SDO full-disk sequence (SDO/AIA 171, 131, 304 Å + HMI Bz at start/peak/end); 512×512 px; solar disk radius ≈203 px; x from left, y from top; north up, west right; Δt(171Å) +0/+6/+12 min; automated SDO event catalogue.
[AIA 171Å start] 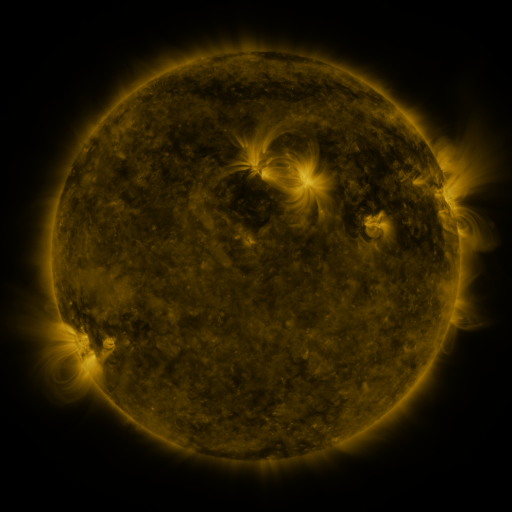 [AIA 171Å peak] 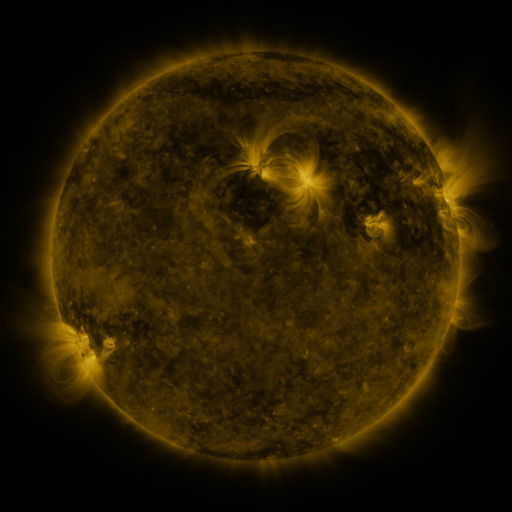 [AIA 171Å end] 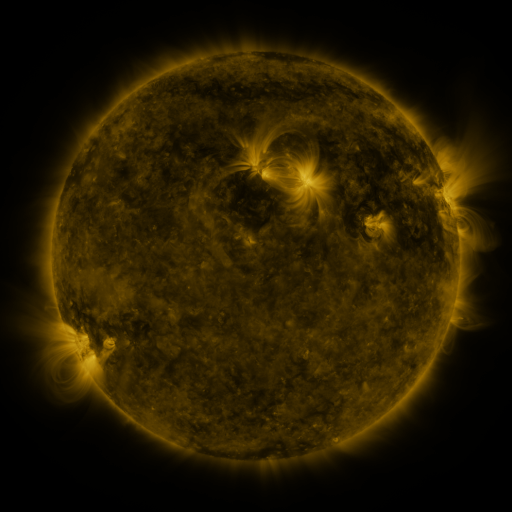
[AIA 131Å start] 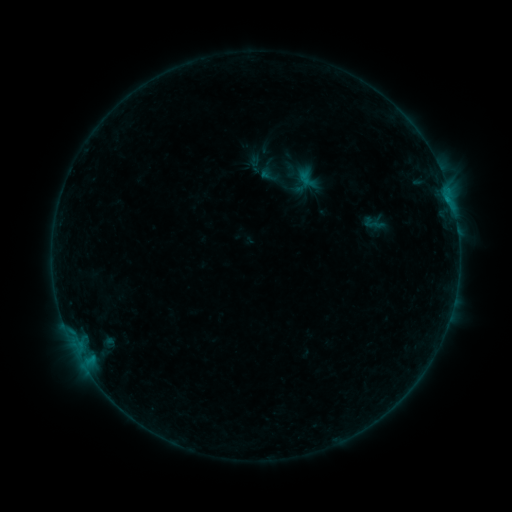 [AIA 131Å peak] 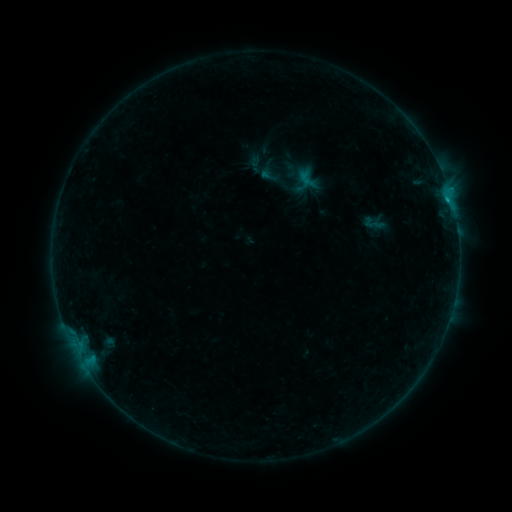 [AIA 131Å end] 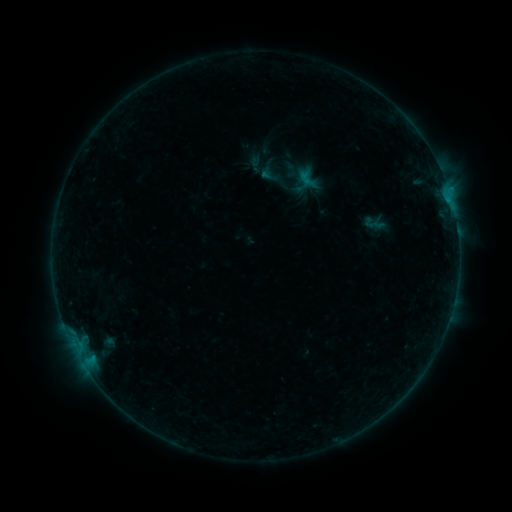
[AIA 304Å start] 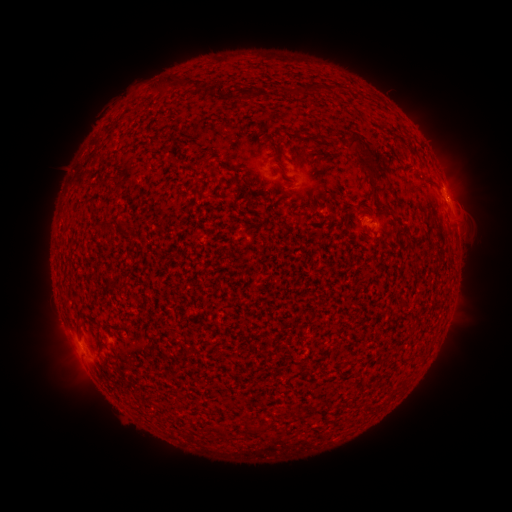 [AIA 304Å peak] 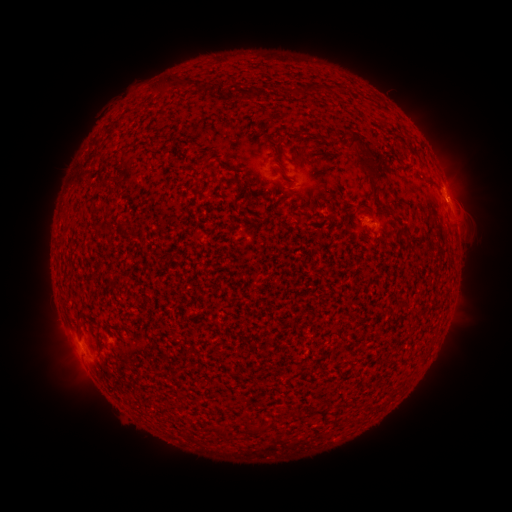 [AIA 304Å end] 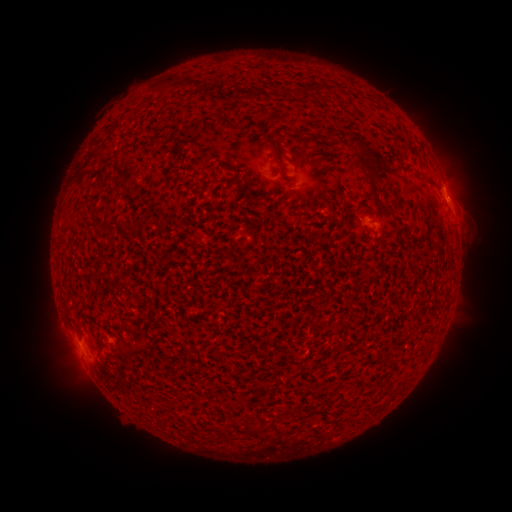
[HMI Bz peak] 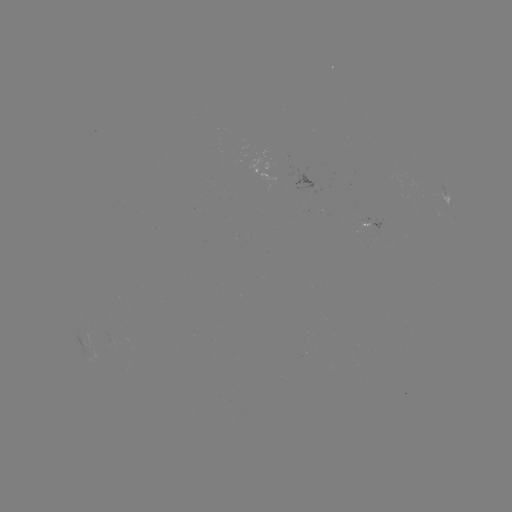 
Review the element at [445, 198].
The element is B3.8 flare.